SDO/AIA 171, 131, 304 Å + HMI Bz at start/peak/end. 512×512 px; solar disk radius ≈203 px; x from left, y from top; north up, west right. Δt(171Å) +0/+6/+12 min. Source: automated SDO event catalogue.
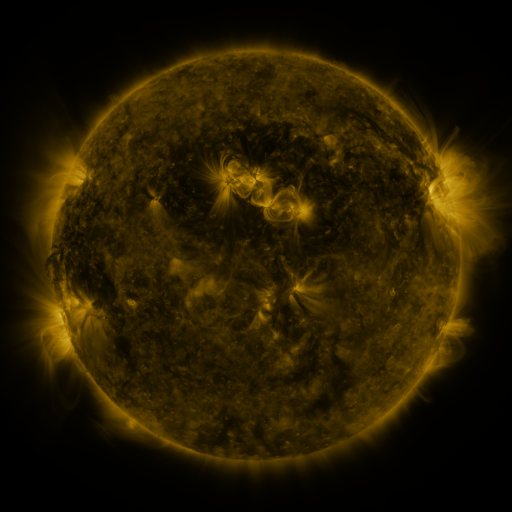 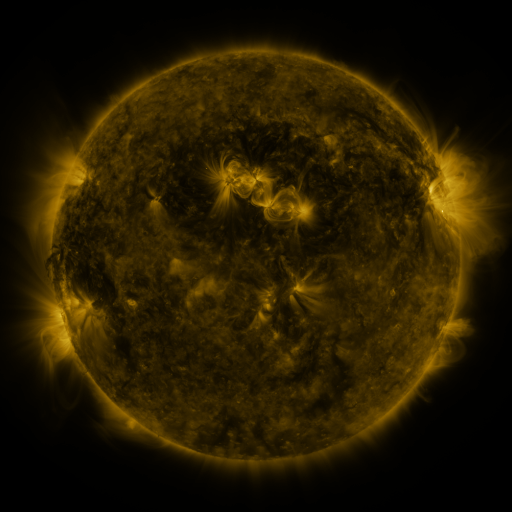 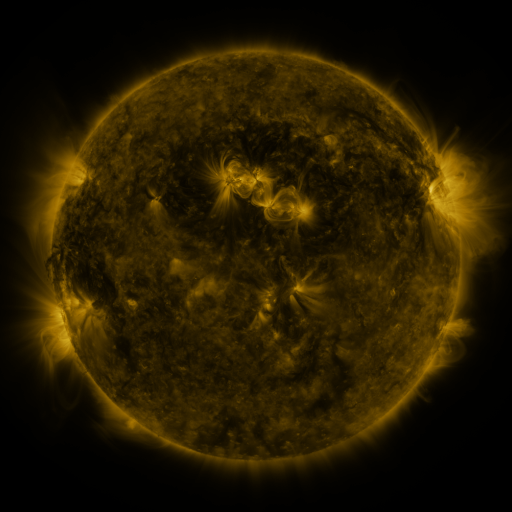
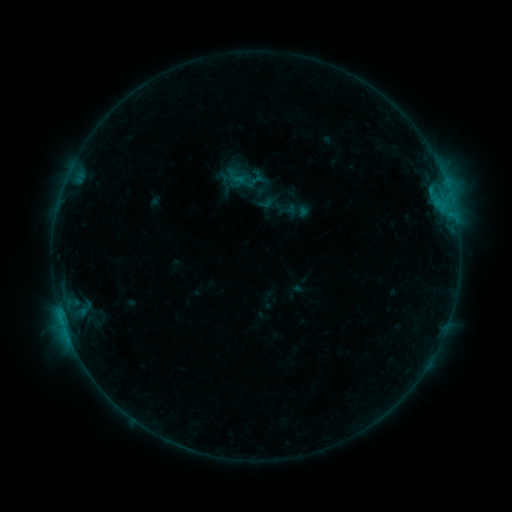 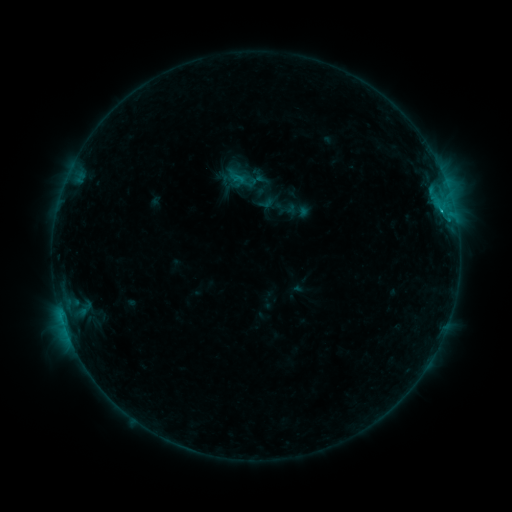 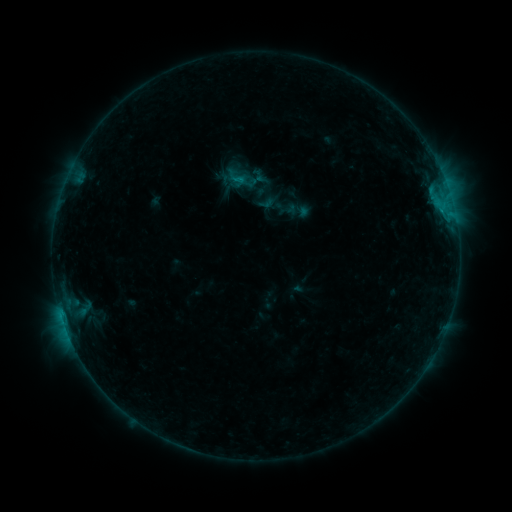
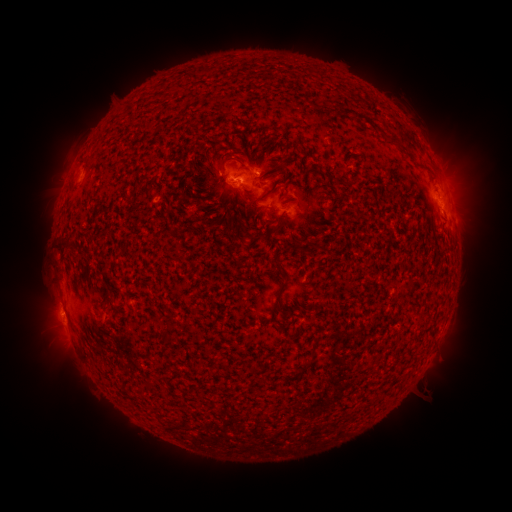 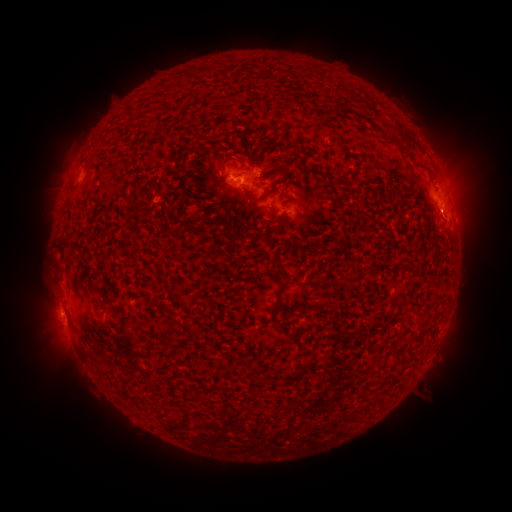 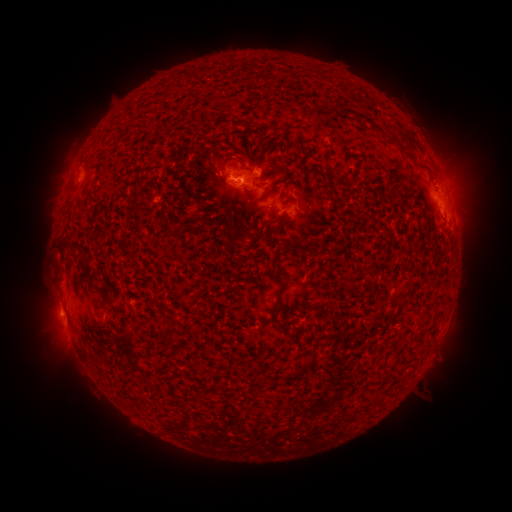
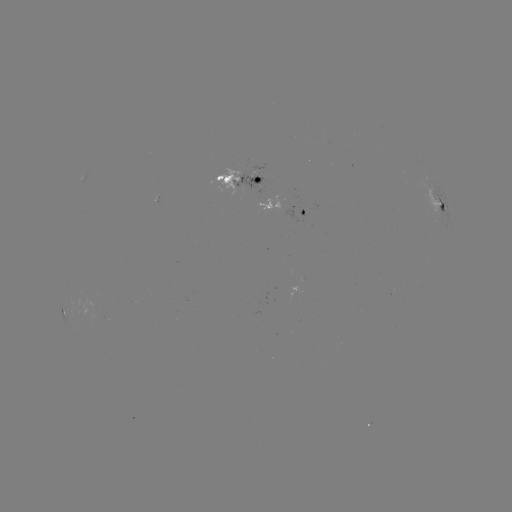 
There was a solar flare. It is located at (440, 213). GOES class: B7.8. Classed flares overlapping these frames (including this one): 1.